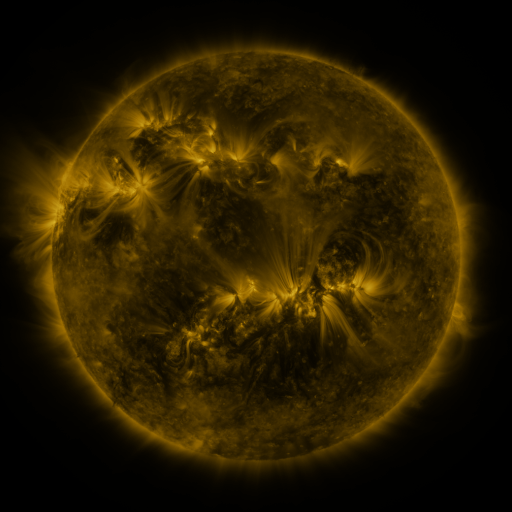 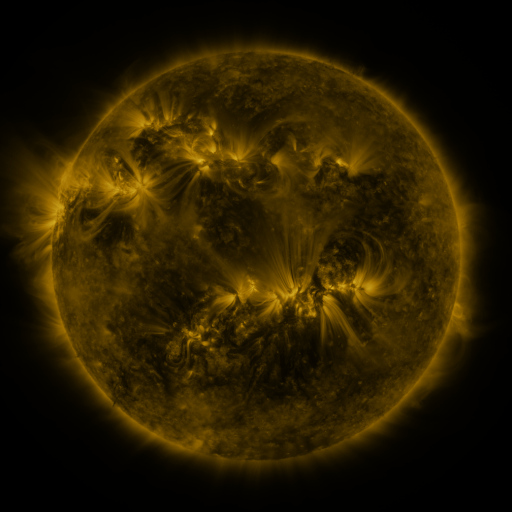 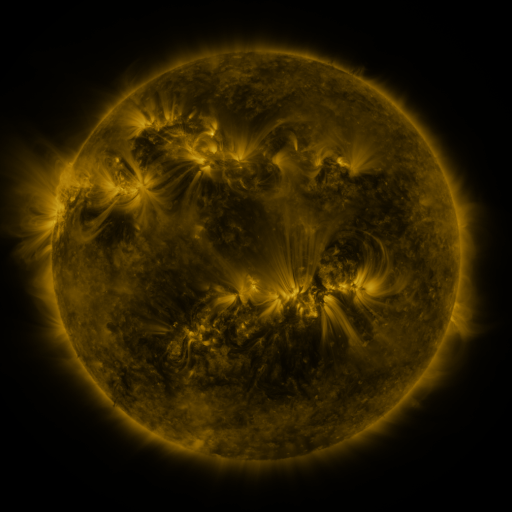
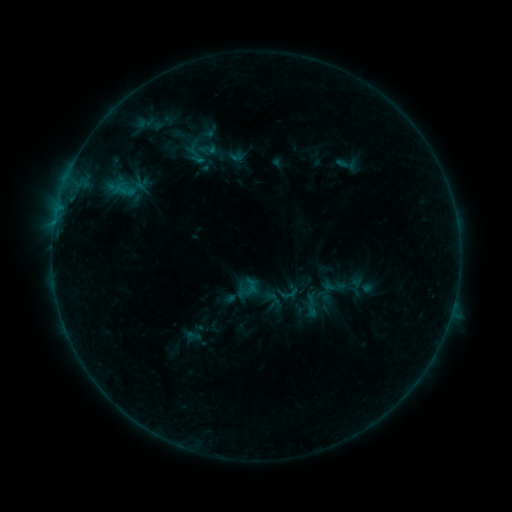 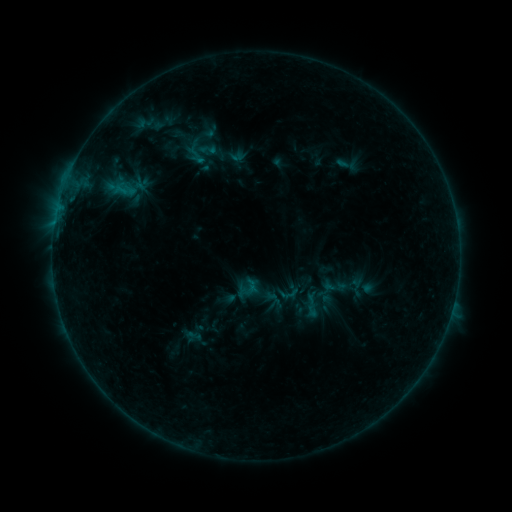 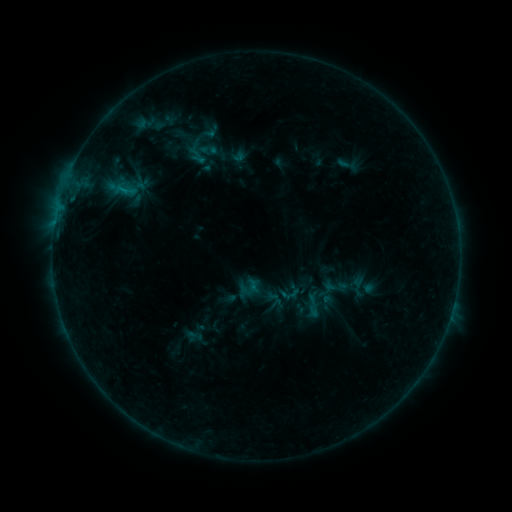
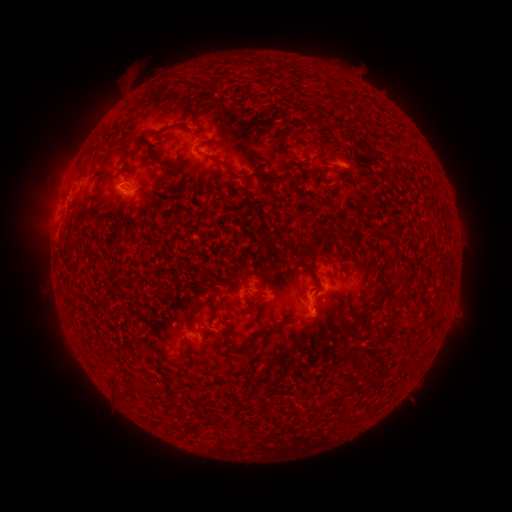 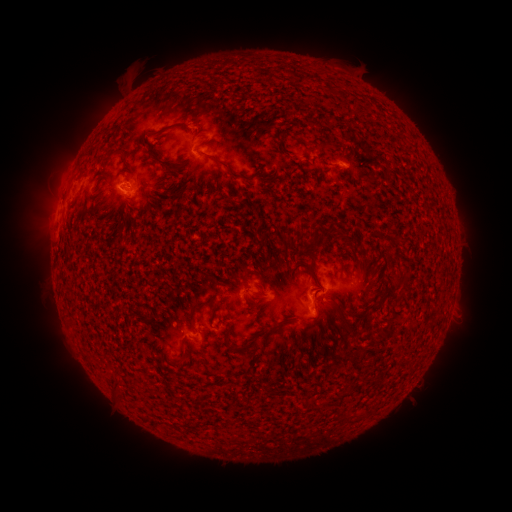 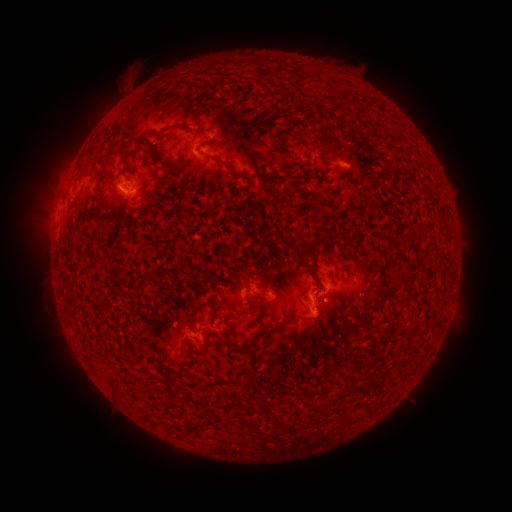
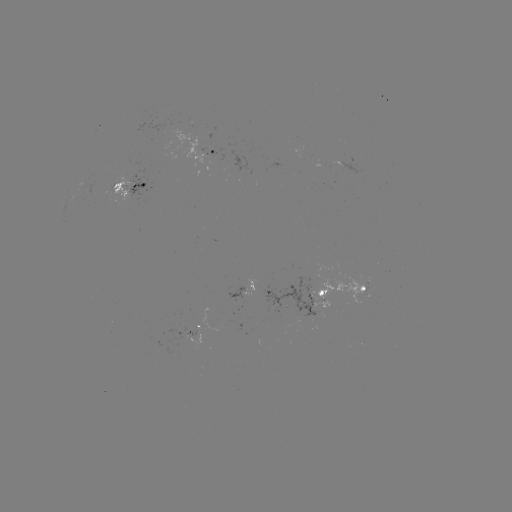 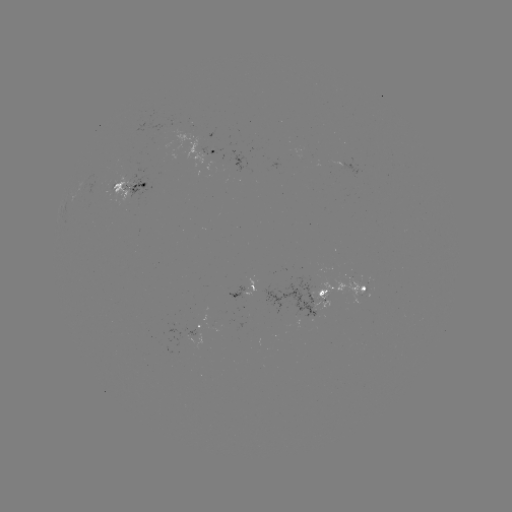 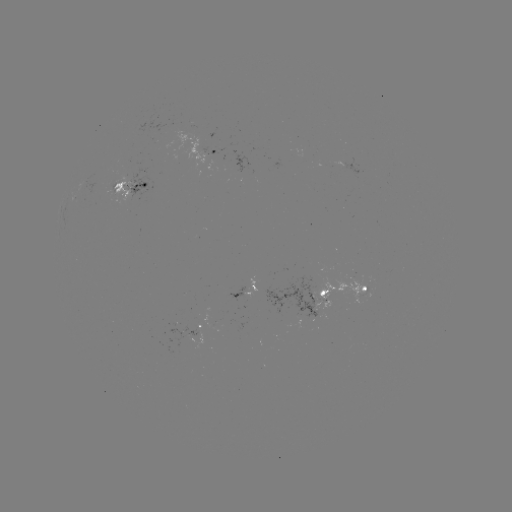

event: emerging-flux region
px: (340, 165)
